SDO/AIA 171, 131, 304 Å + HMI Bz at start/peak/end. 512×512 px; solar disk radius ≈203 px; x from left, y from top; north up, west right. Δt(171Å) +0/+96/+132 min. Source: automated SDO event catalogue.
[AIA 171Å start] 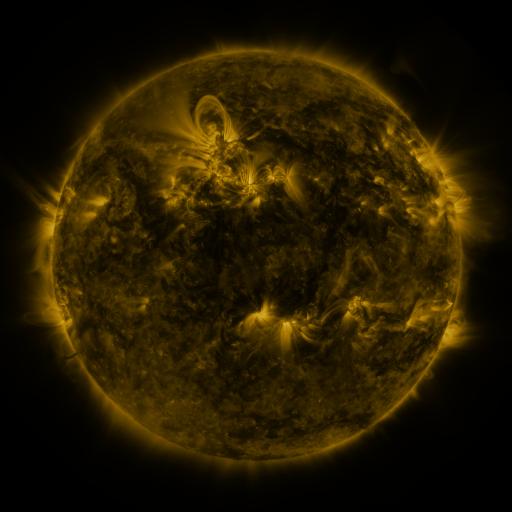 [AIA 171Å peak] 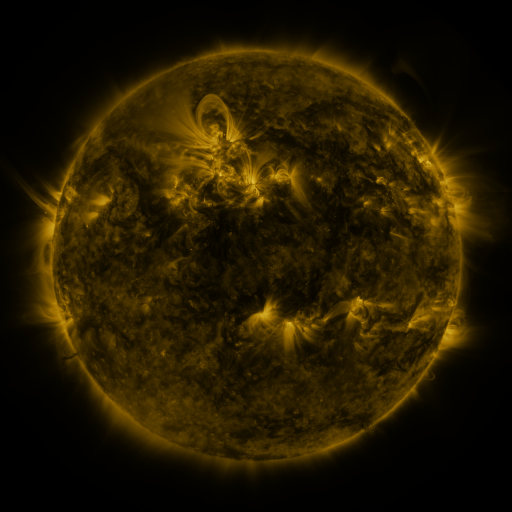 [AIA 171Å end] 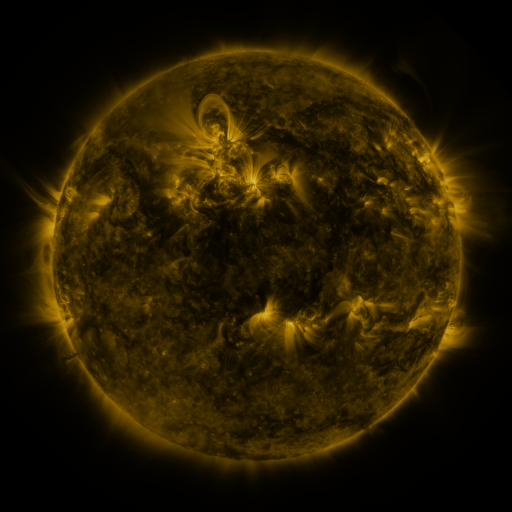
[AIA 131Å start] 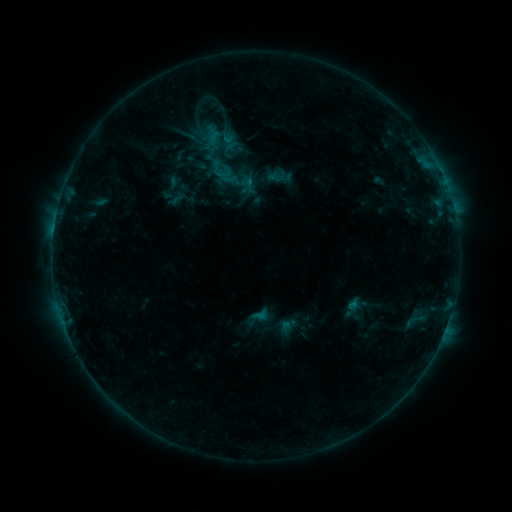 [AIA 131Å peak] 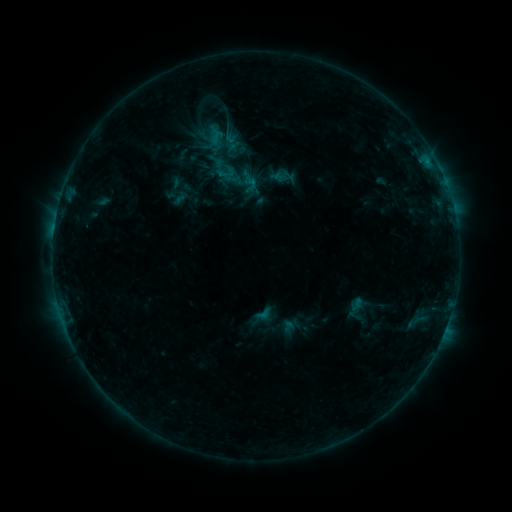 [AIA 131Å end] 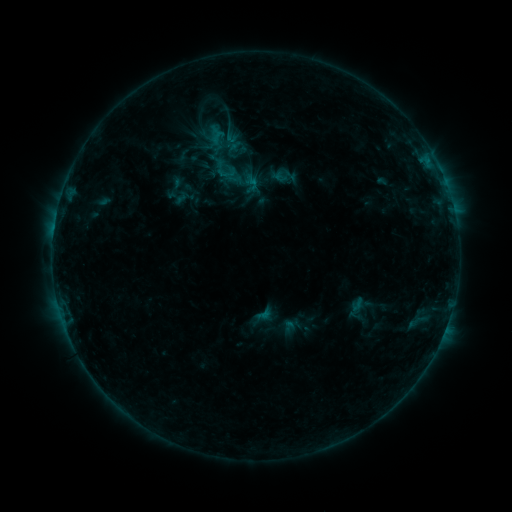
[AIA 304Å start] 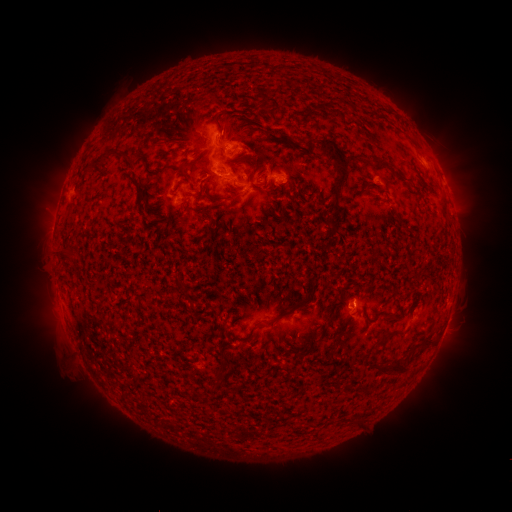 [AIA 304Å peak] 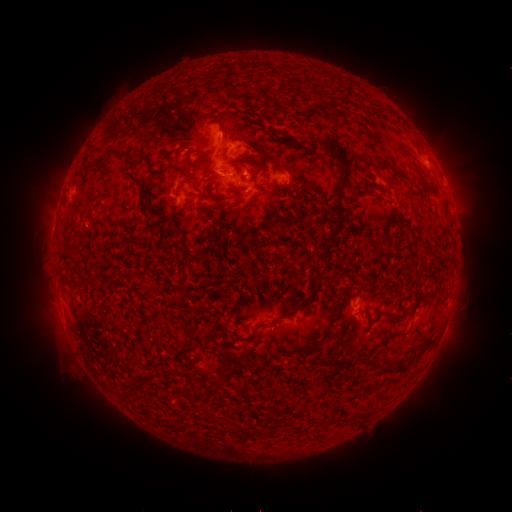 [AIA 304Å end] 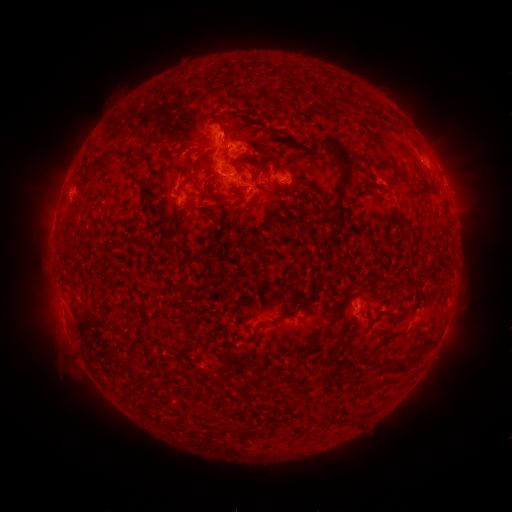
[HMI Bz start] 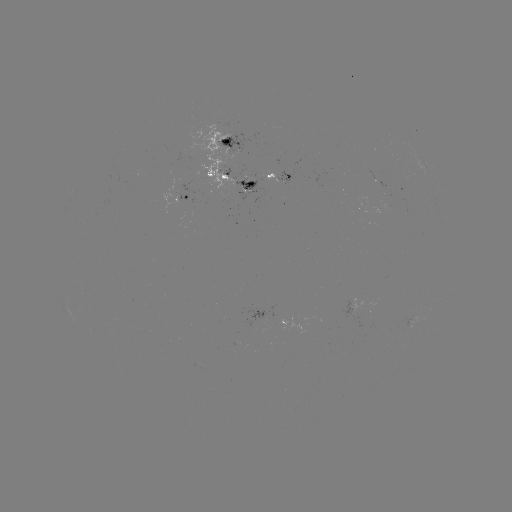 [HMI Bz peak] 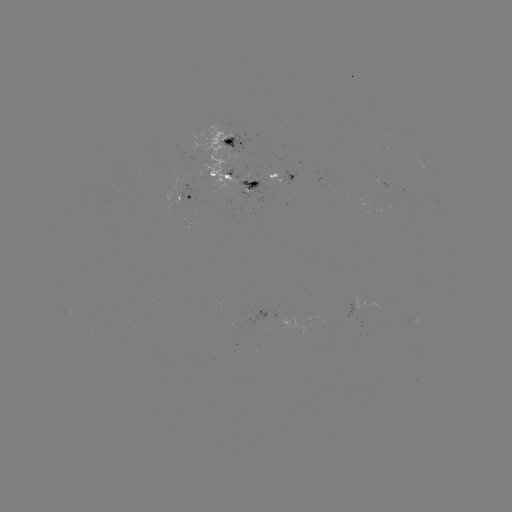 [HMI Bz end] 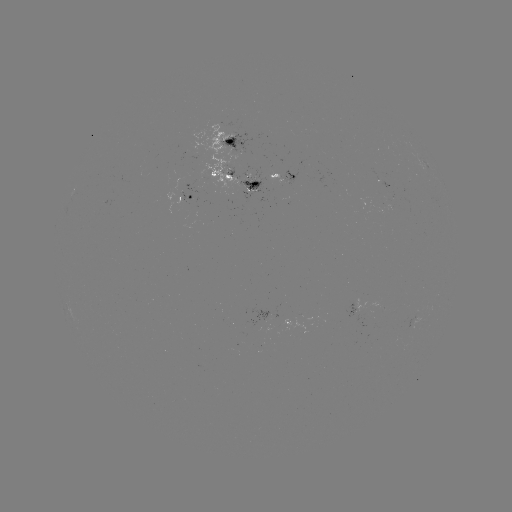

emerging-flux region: <bbox>399, 315, 414, 334</bbox>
